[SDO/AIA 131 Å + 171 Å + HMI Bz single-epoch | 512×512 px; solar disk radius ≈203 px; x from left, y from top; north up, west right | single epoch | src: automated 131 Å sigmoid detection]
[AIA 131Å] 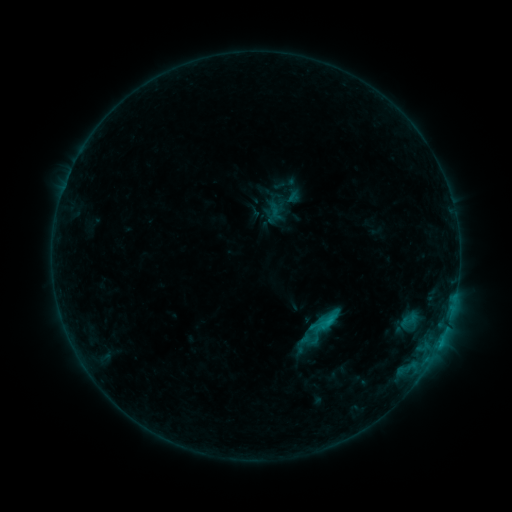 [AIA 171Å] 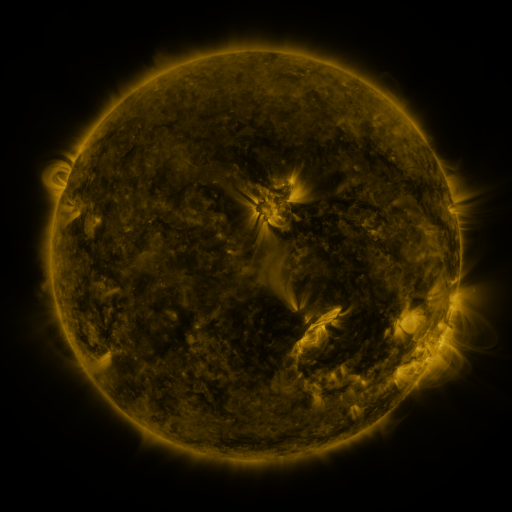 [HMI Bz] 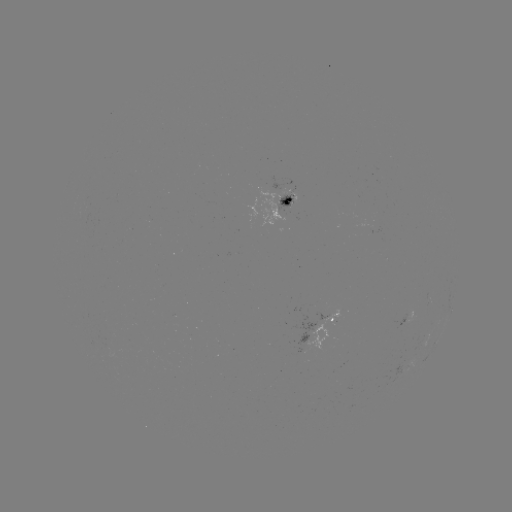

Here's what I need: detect sigmoid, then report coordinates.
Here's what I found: sigmoid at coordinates [277, 205].